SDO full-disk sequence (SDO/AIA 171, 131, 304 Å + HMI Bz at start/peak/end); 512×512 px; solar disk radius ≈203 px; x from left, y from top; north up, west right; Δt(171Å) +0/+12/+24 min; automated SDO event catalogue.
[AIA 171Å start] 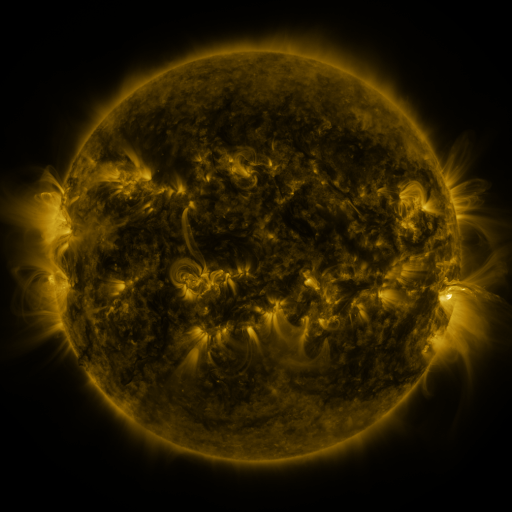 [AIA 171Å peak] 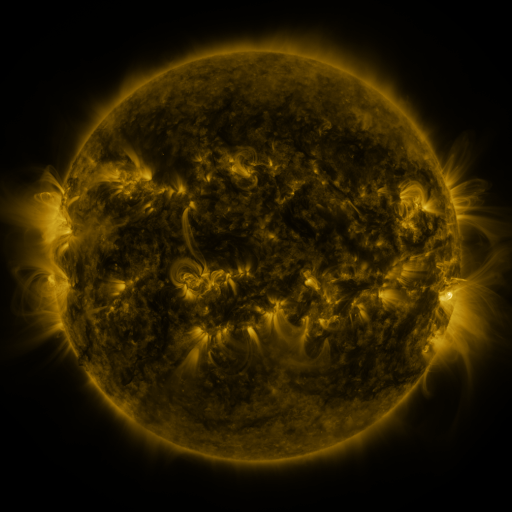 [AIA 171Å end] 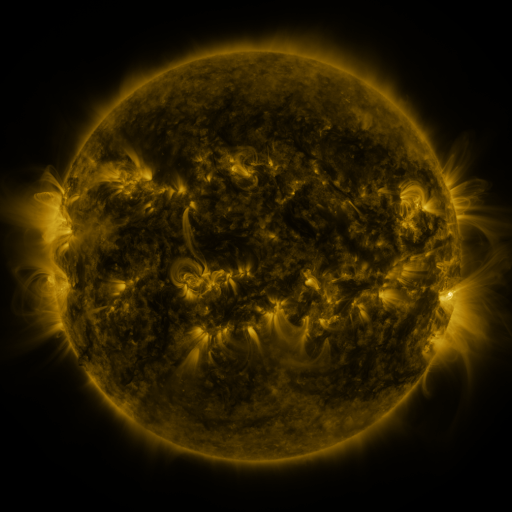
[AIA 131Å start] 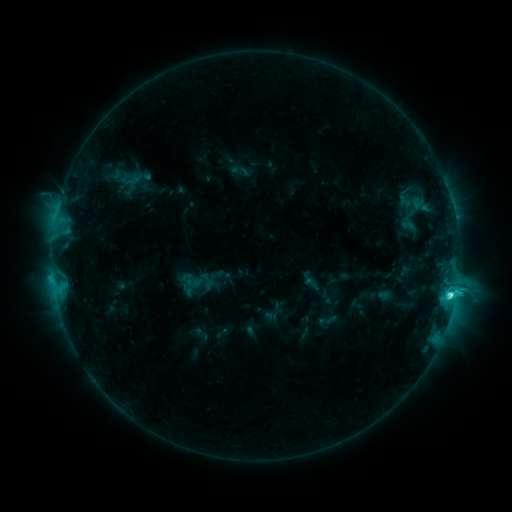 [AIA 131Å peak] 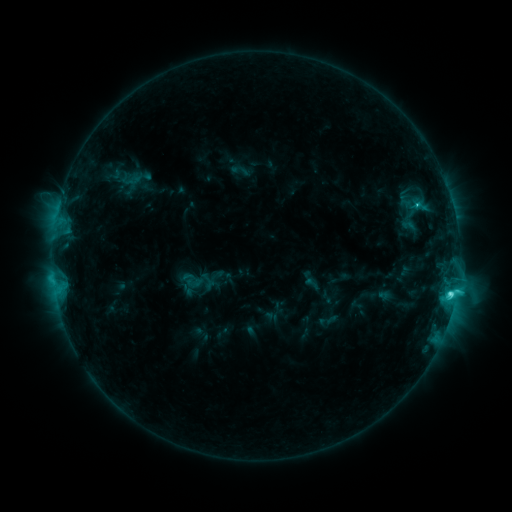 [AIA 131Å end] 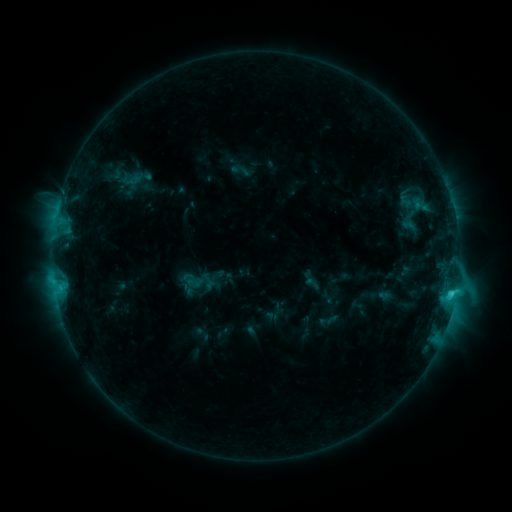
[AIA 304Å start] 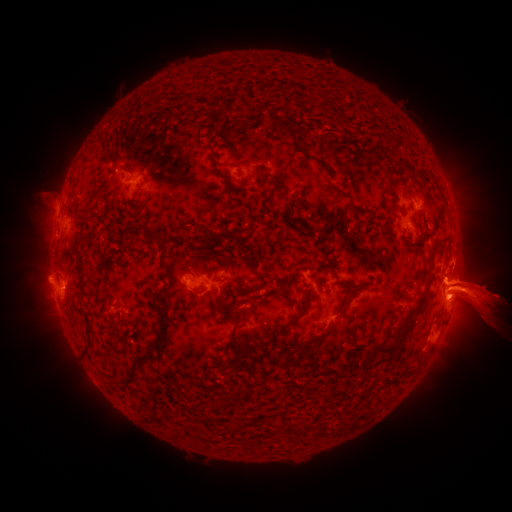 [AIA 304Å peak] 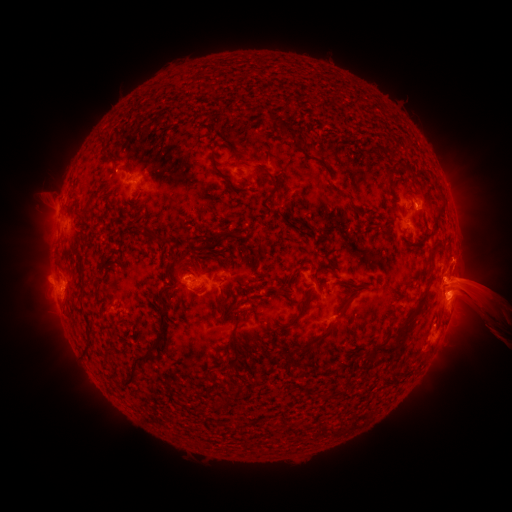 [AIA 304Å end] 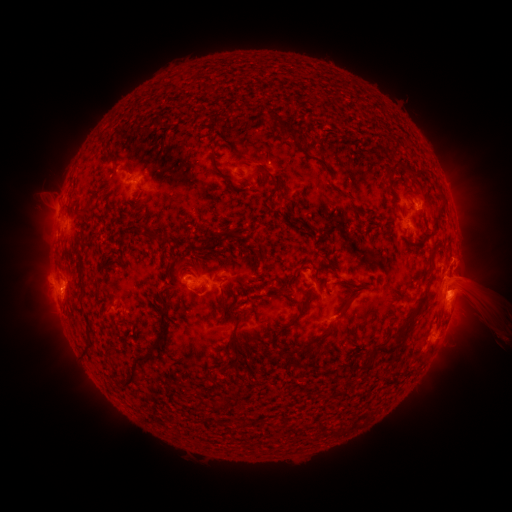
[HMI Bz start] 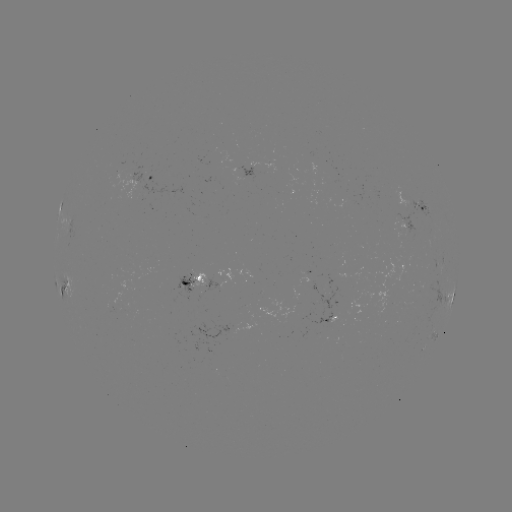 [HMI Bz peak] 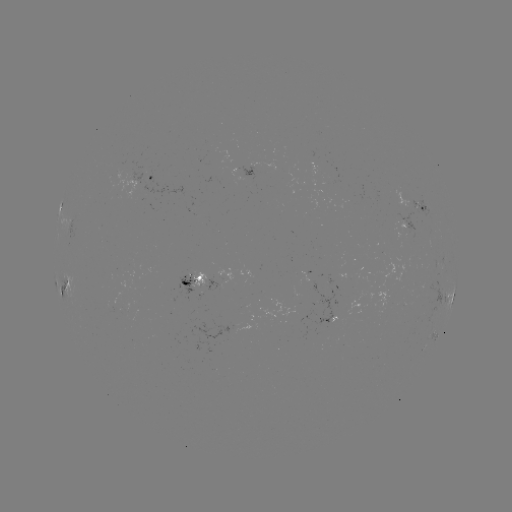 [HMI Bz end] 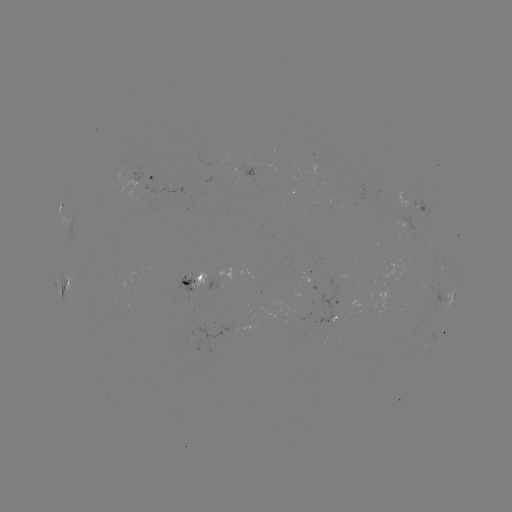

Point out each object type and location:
eruption: (480, 292)
